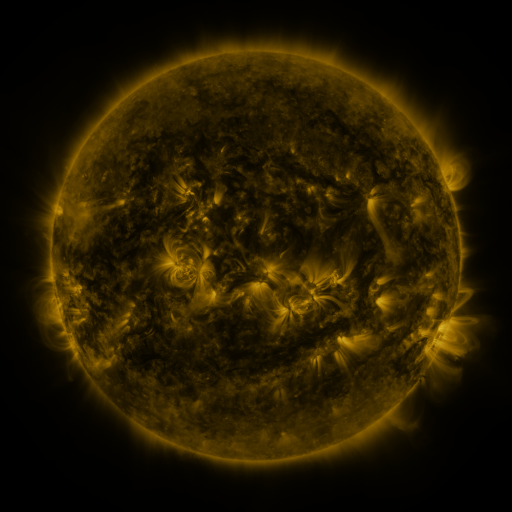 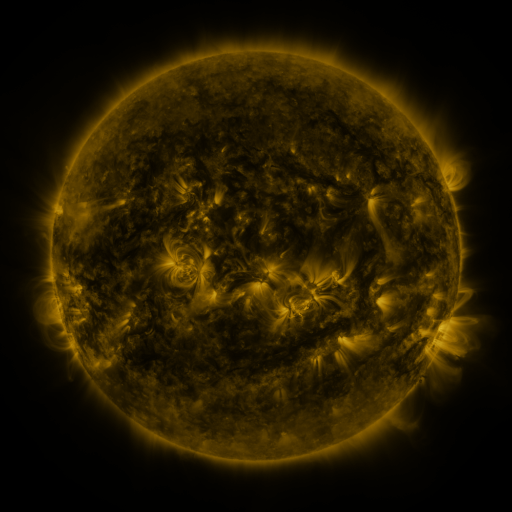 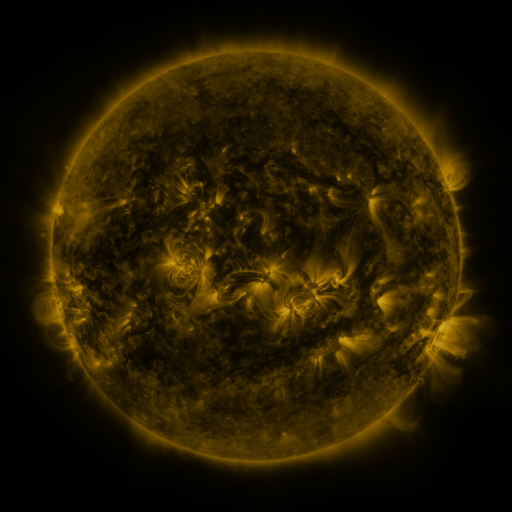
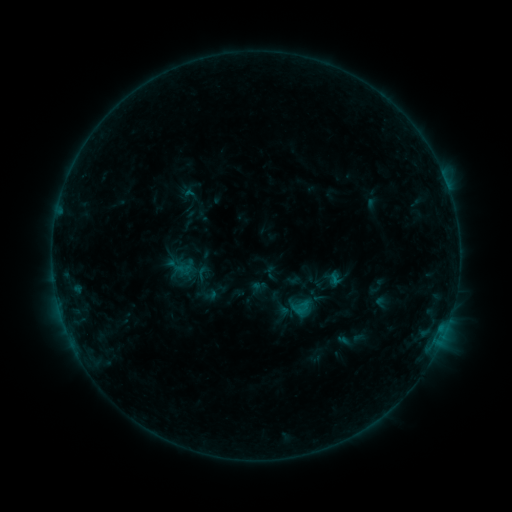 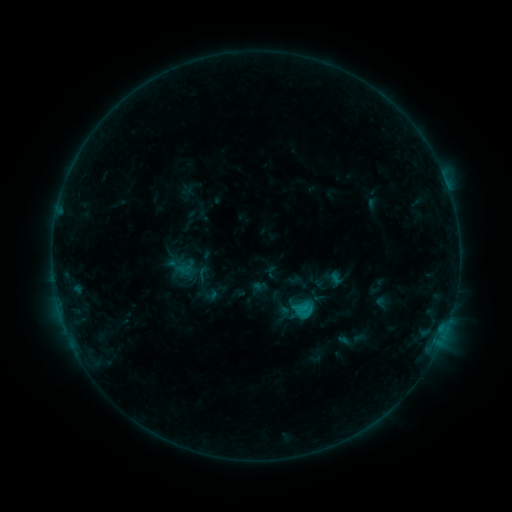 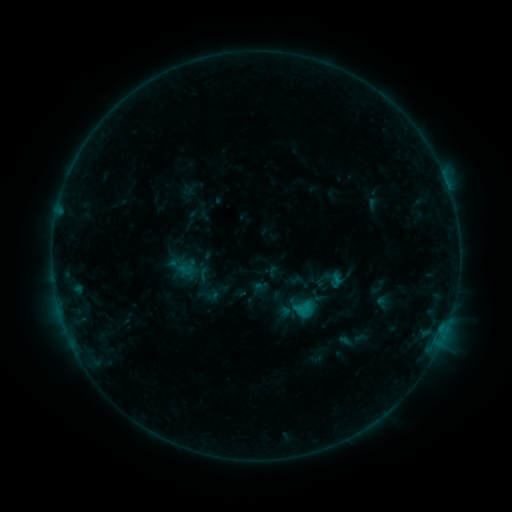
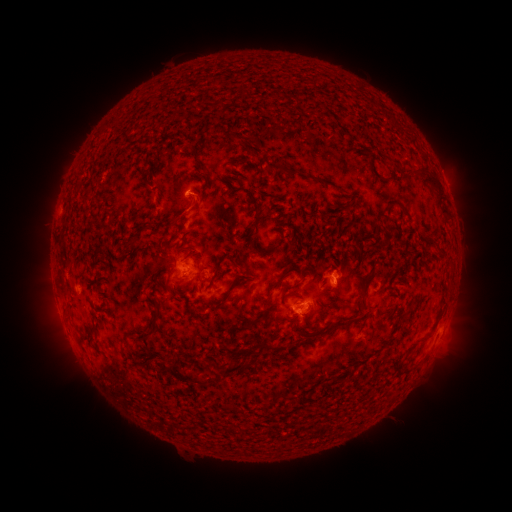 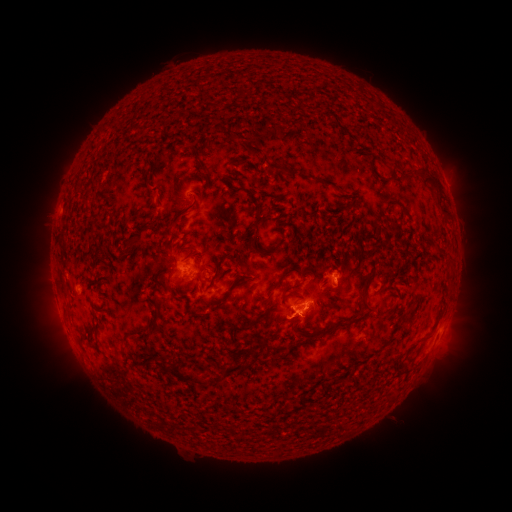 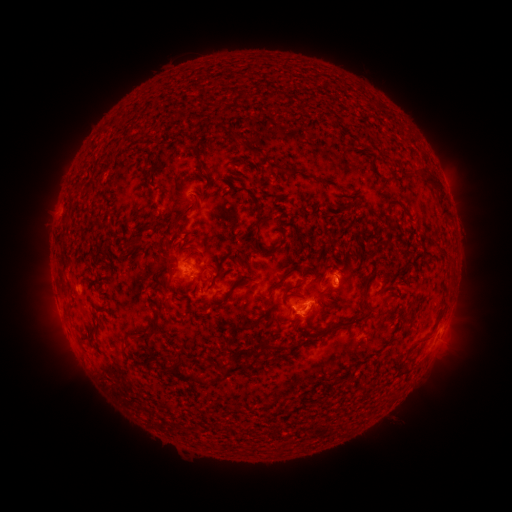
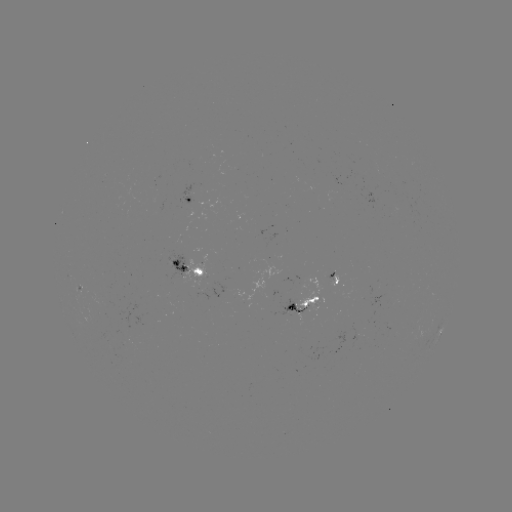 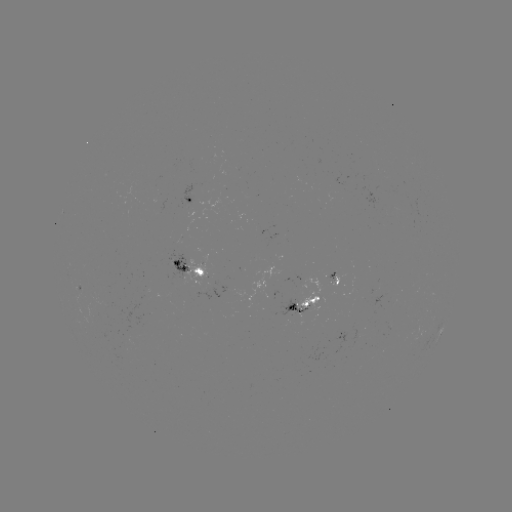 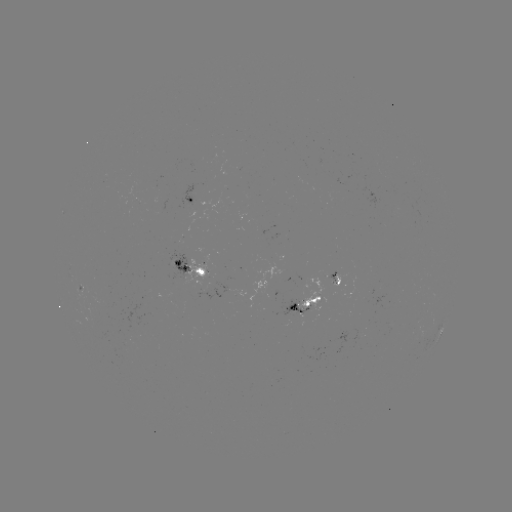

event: flare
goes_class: B9.7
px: (302, 305)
